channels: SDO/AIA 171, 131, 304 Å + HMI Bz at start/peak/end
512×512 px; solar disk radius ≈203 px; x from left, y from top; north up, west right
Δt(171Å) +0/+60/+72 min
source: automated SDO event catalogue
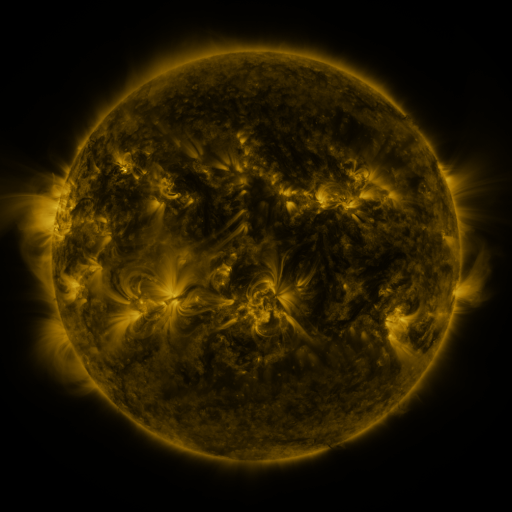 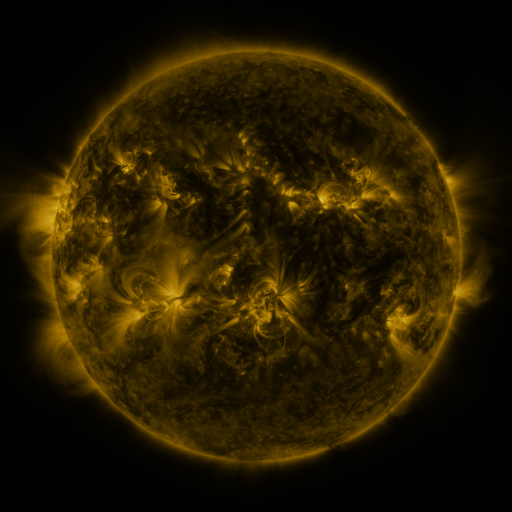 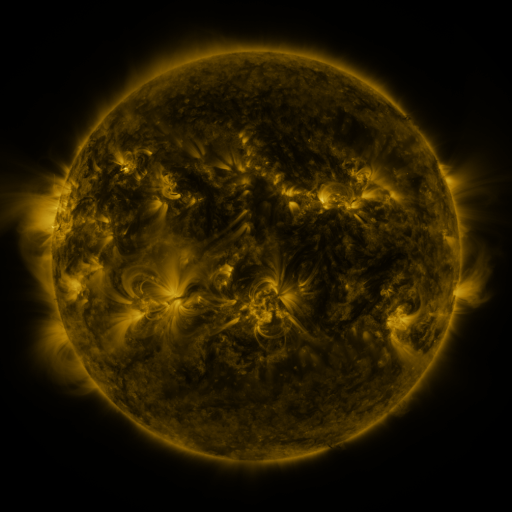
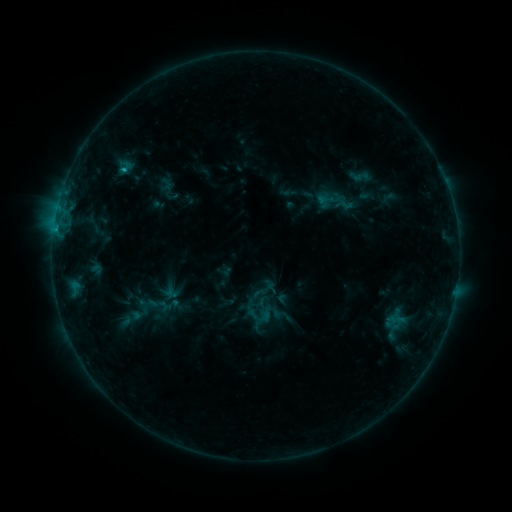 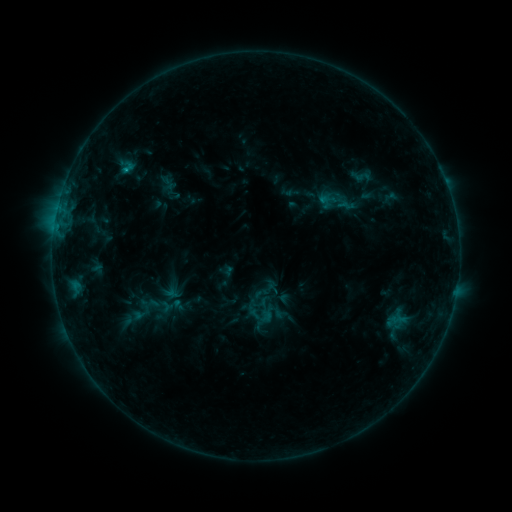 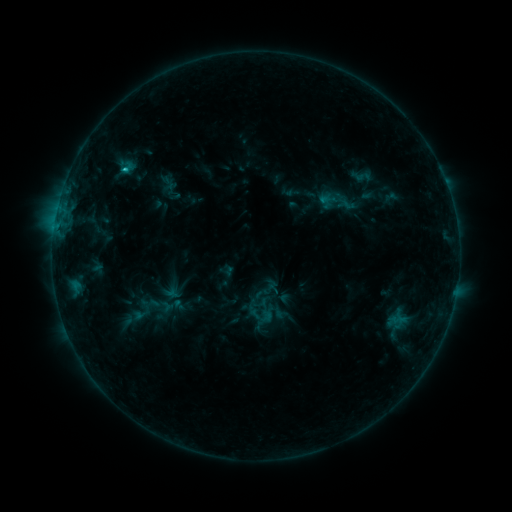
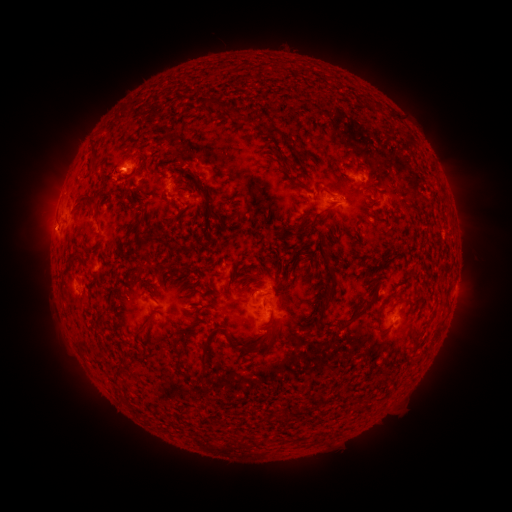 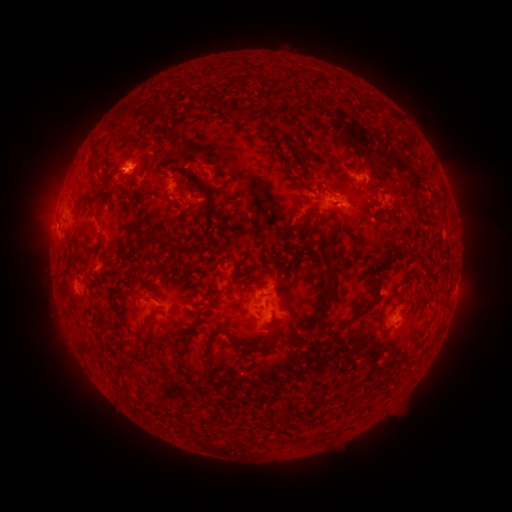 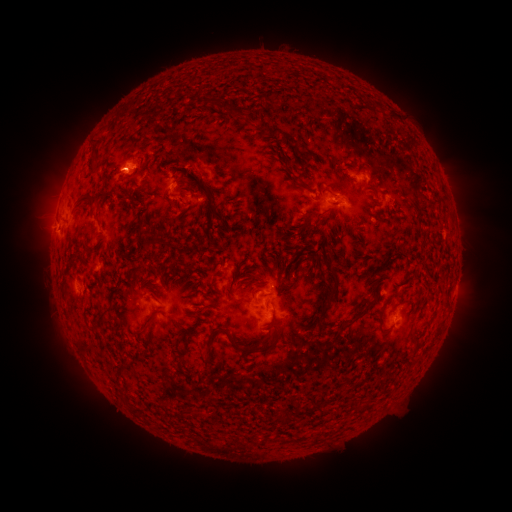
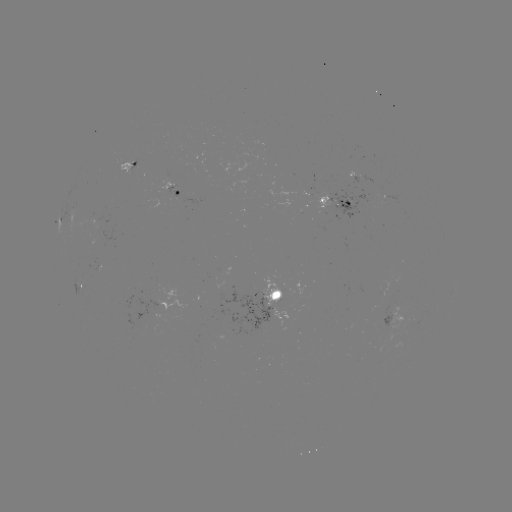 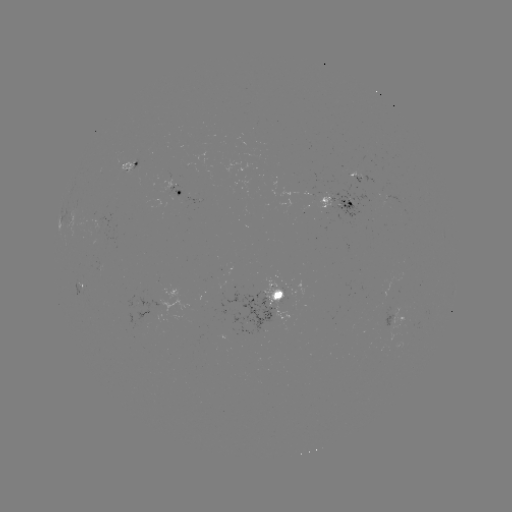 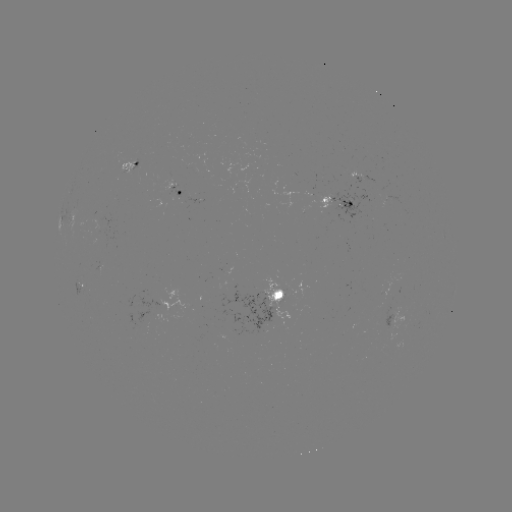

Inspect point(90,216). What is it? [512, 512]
emerging-flux region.